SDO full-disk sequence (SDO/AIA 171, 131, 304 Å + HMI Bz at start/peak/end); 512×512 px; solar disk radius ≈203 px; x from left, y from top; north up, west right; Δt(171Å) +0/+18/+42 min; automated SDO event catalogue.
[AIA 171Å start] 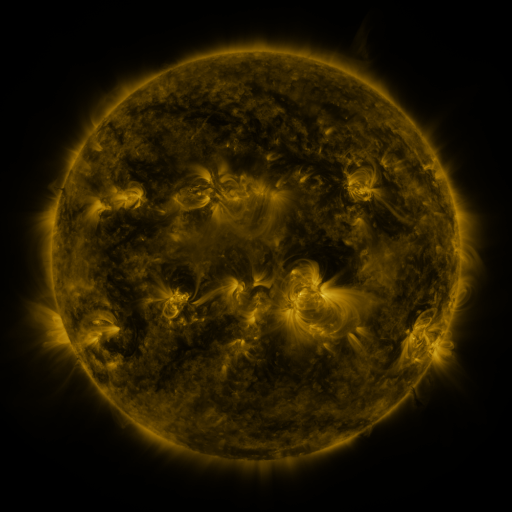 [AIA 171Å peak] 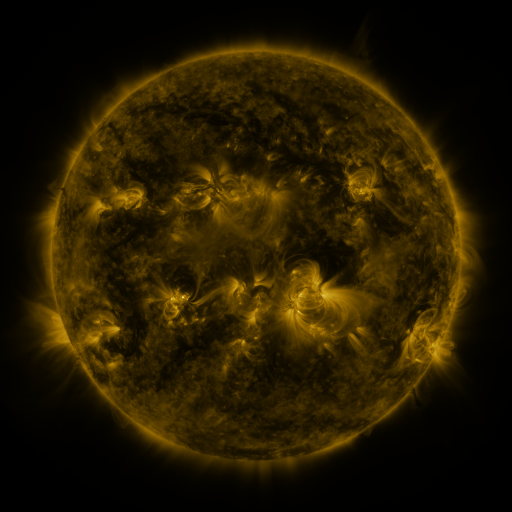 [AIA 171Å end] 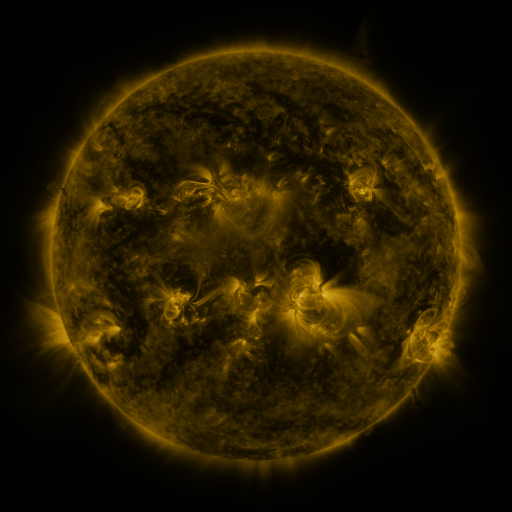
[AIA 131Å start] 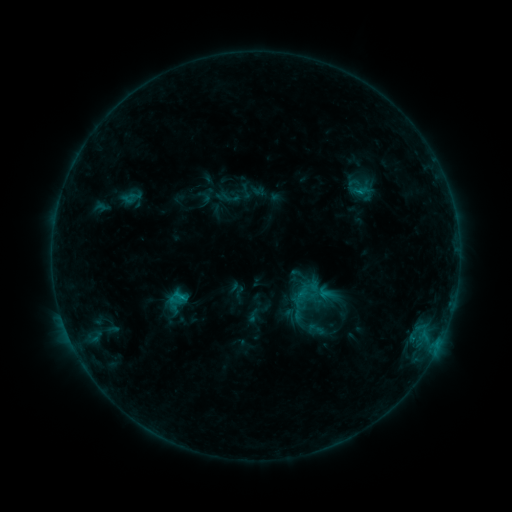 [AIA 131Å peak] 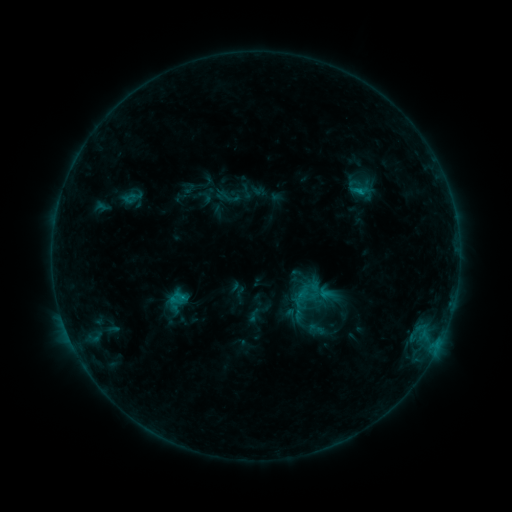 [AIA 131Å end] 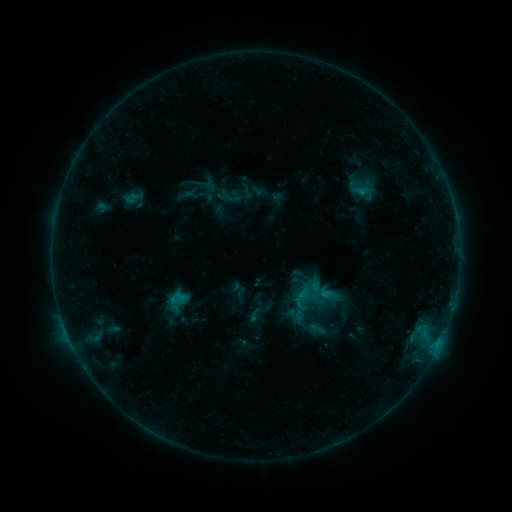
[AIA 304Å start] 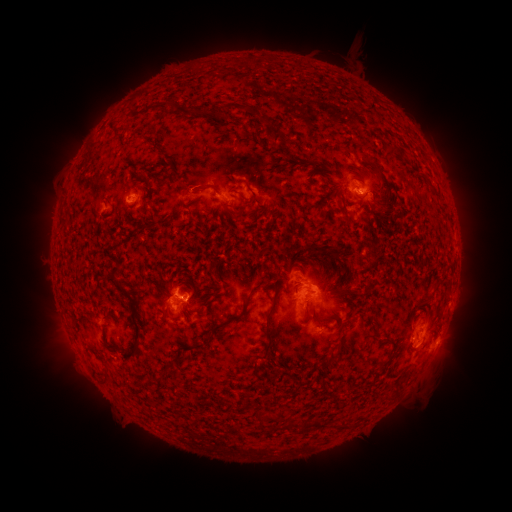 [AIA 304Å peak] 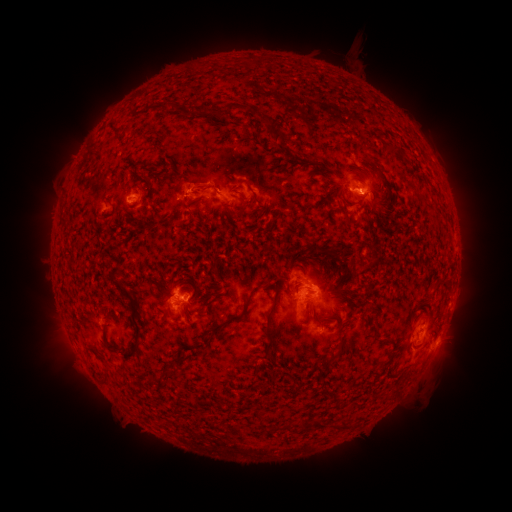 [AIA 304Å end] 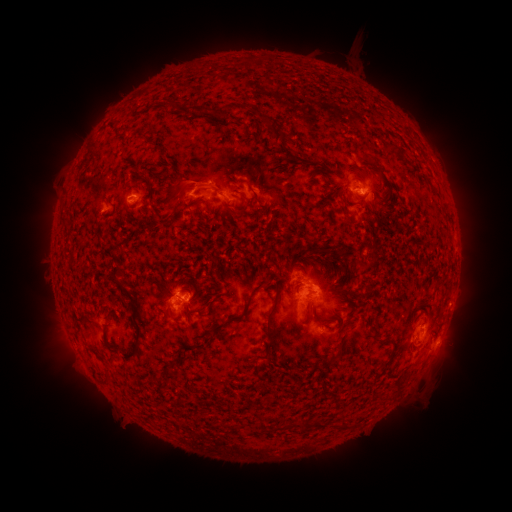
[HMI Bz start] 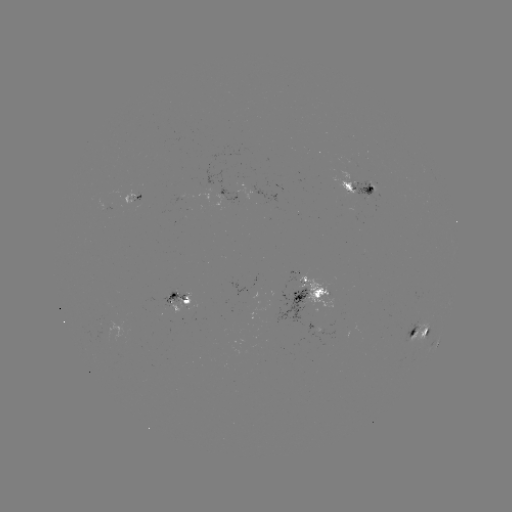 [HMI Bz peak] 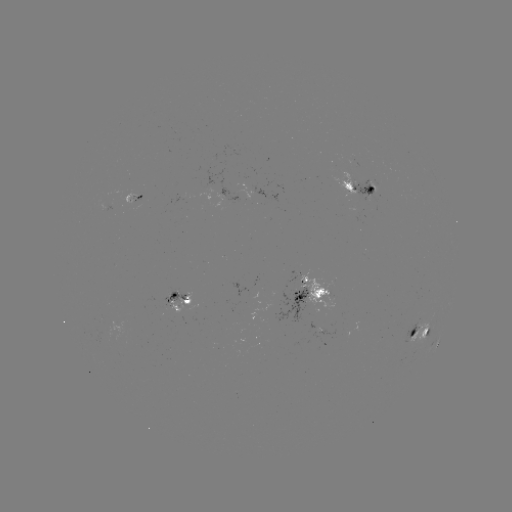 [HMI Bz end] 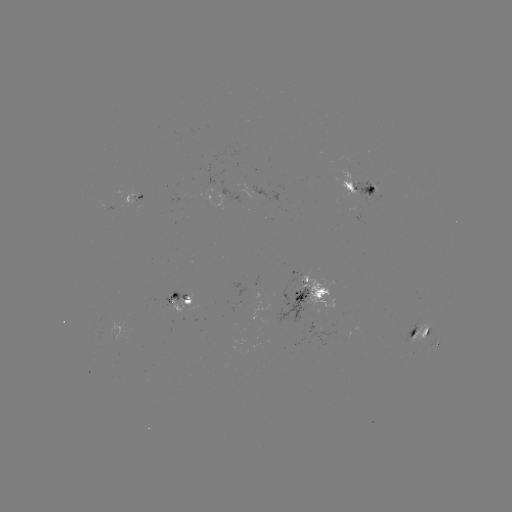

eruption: [161, 153, 215, 206]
